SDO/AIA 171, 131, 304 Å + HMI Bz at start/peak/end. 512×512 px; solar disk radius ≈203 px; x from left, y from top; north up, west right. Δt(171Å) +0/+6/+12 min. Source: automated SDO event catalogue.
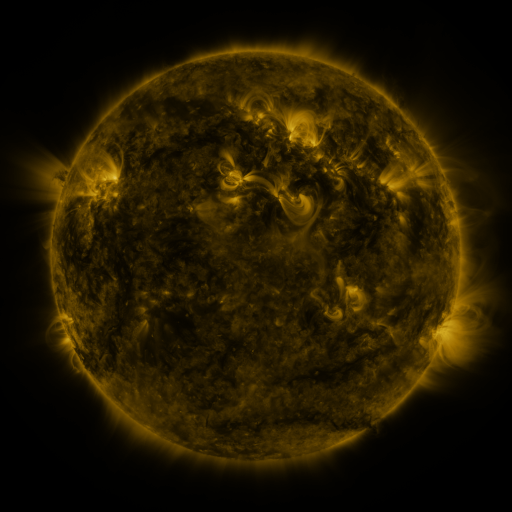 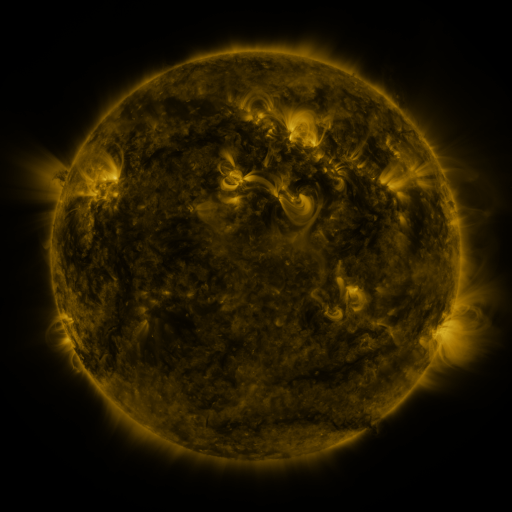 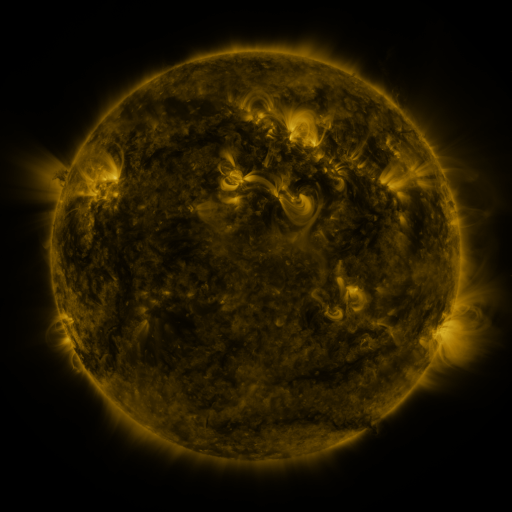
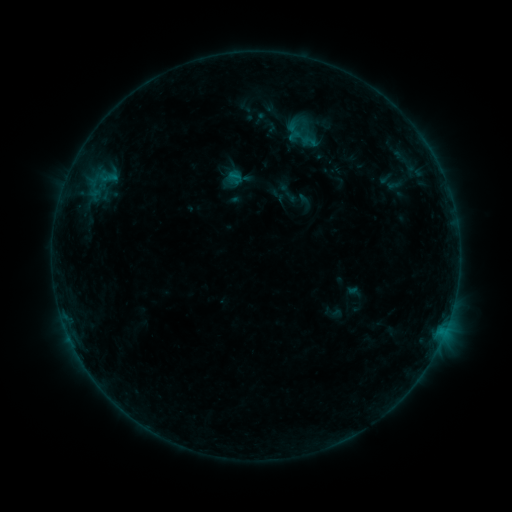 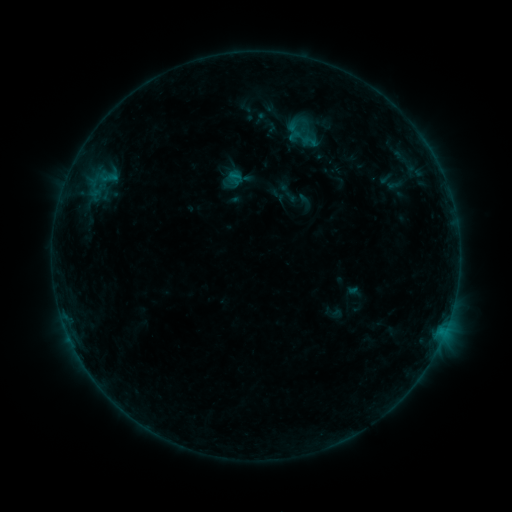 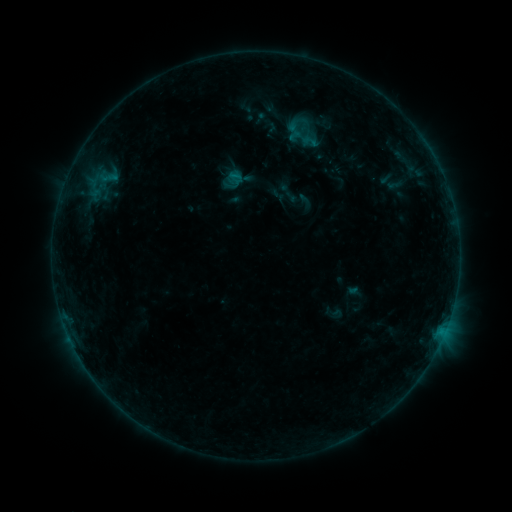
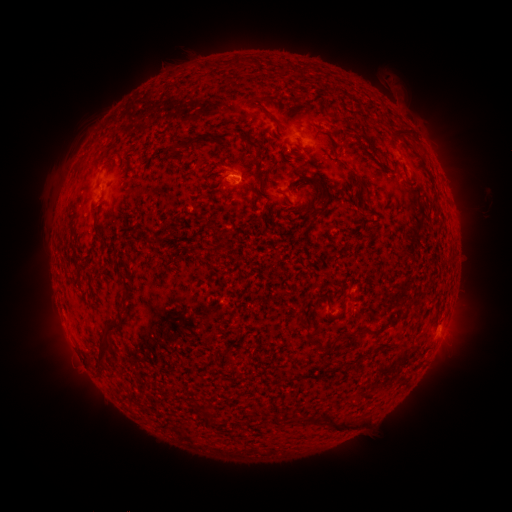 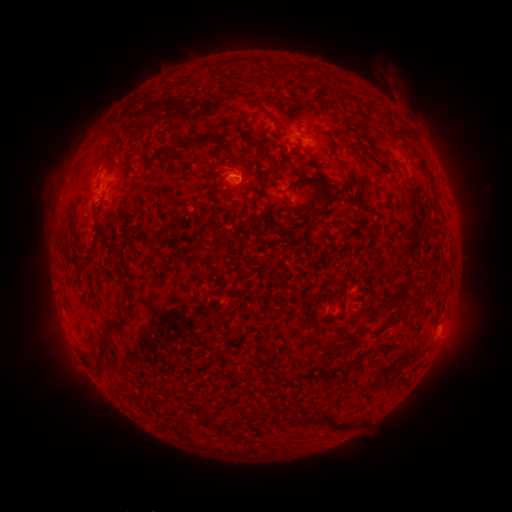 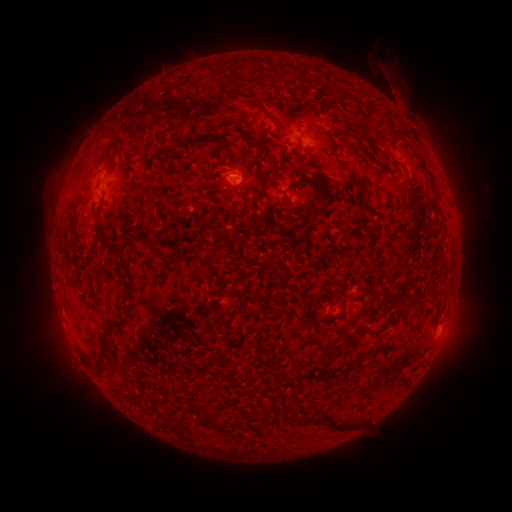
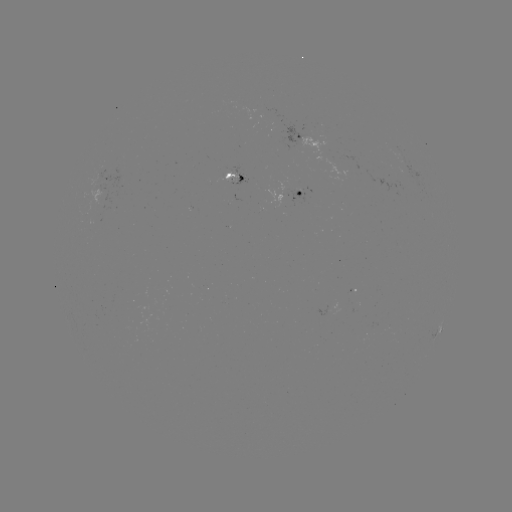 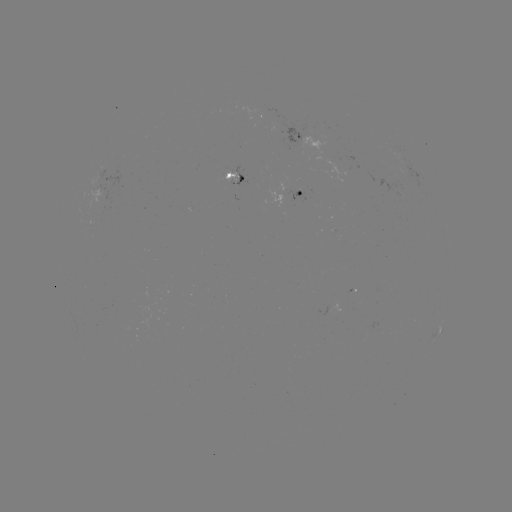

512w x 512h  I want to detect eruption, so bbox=[374, 61, 408, 99].